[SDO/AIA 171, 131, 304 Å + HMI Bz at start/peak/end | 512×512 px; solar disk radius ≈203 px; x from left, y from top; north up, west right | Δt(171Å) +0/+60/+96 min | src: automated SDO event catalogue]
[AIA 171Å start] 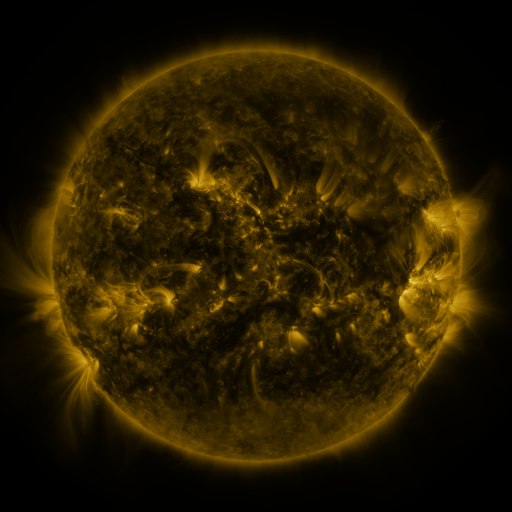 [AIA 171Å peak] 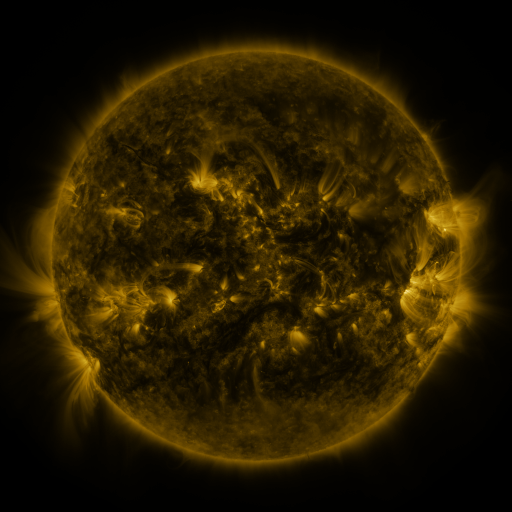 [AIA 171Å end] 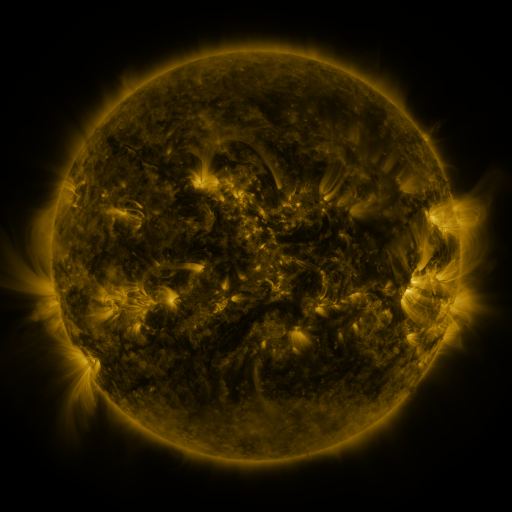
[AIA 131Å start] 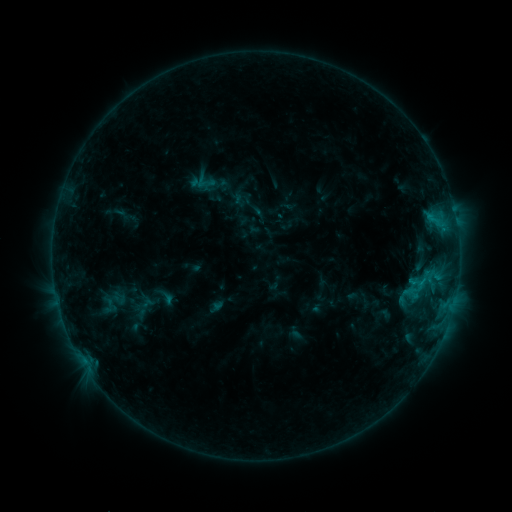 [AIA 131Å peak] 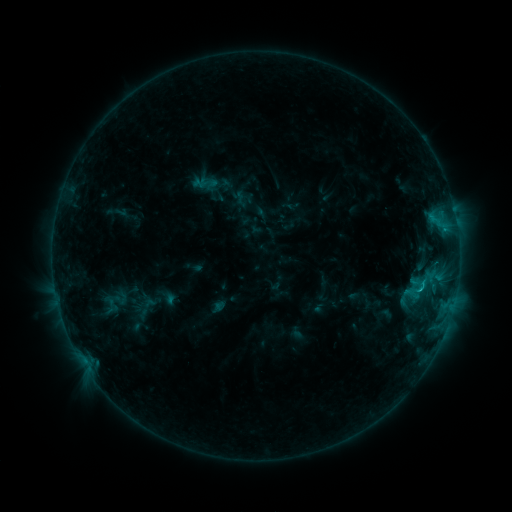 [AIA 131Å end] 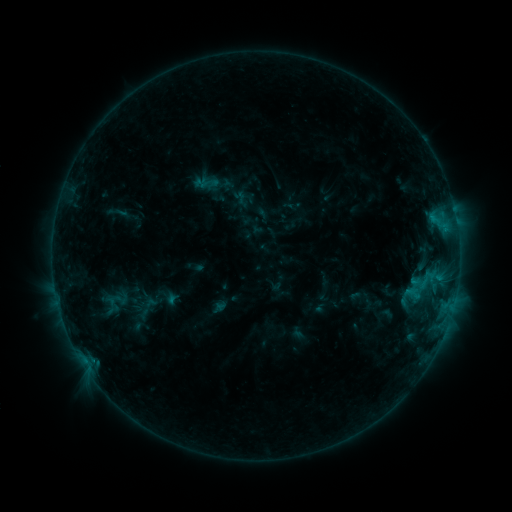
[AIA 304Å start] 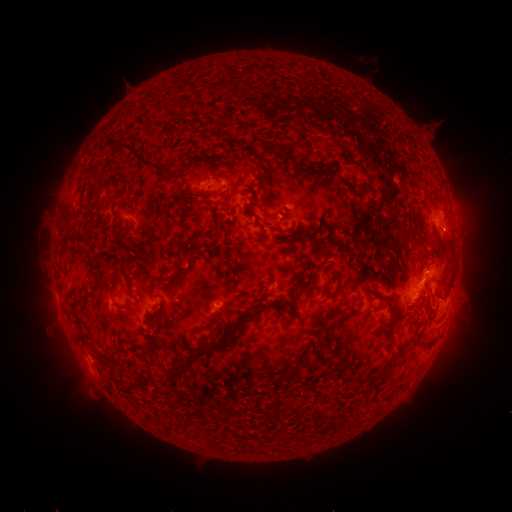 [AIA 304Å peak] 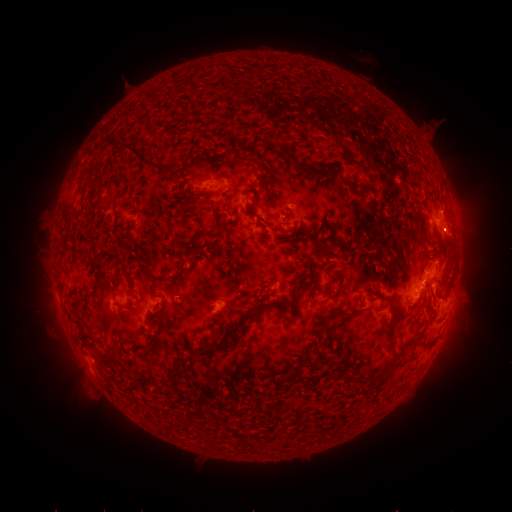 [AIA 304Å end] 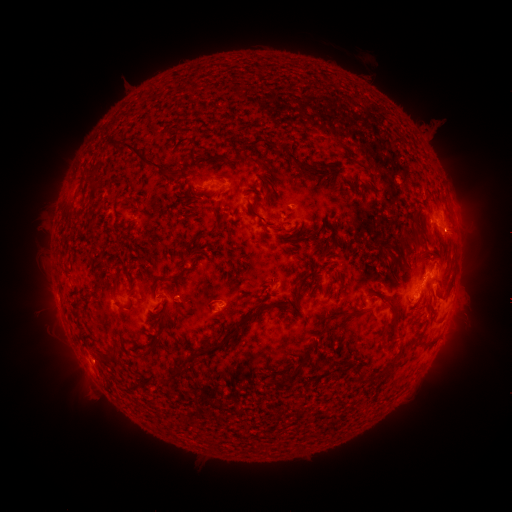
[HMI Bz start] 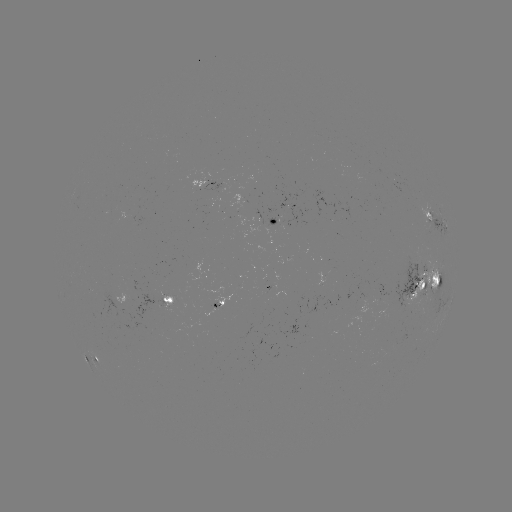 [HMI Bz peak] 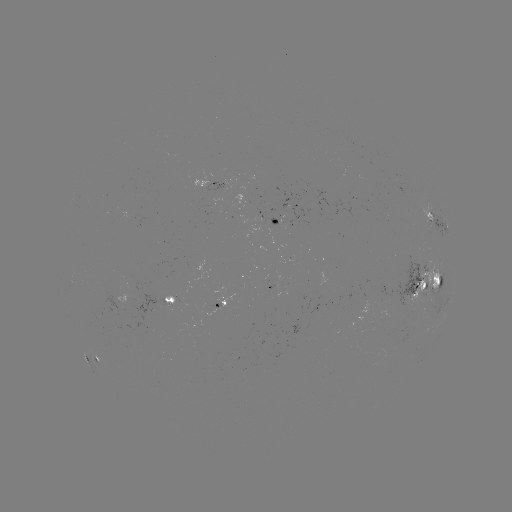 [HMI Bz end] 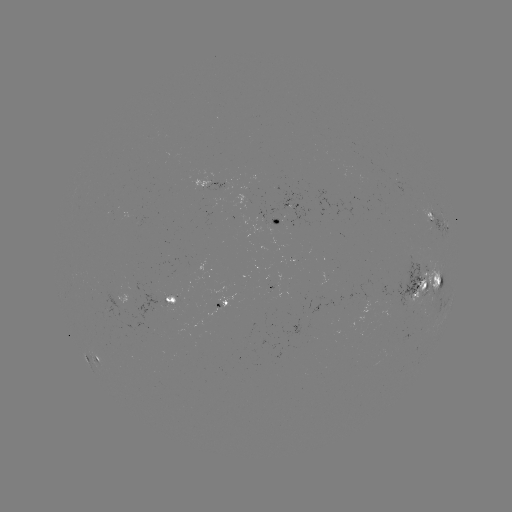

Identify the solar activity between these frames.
emerging-flux region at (213, 184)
